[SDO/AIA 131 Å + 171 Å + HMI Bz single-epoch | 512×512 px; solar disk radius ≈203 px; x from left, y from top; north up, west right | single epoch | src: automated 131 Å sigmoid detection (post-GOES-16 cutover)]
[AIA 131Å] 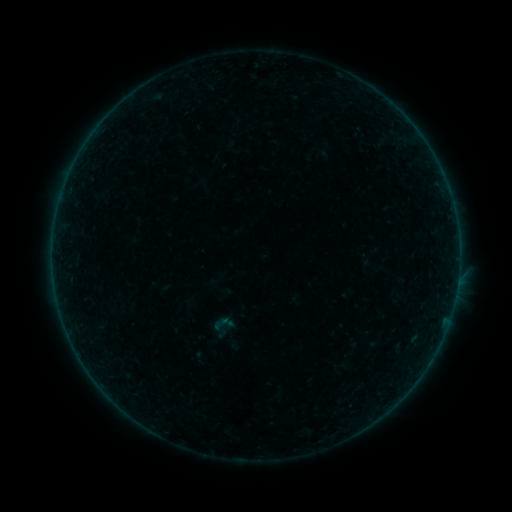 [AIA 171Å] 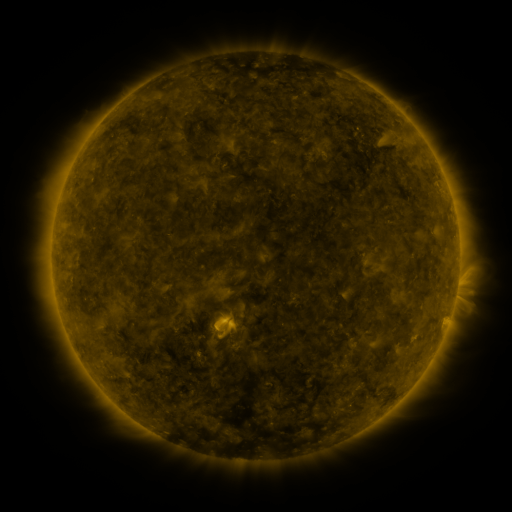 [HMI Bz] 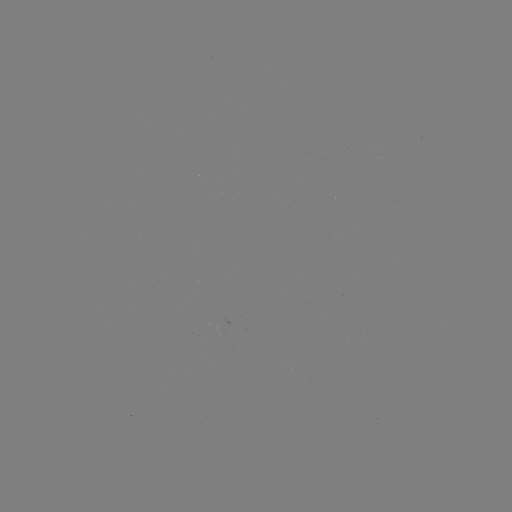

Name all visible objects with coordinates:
sigmoid: (209, 312, 237, 336)
